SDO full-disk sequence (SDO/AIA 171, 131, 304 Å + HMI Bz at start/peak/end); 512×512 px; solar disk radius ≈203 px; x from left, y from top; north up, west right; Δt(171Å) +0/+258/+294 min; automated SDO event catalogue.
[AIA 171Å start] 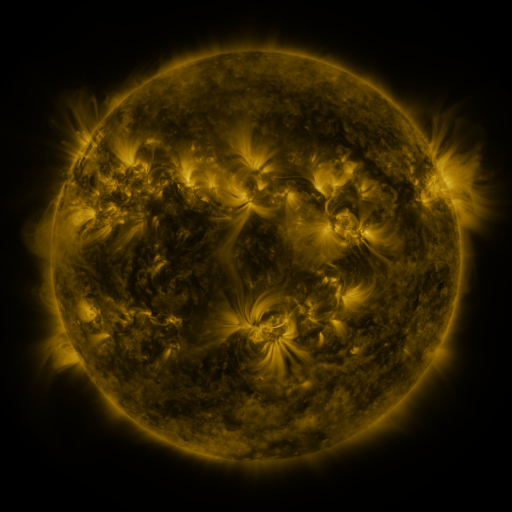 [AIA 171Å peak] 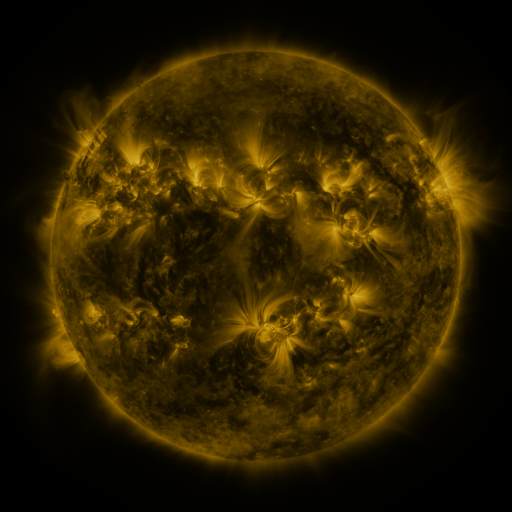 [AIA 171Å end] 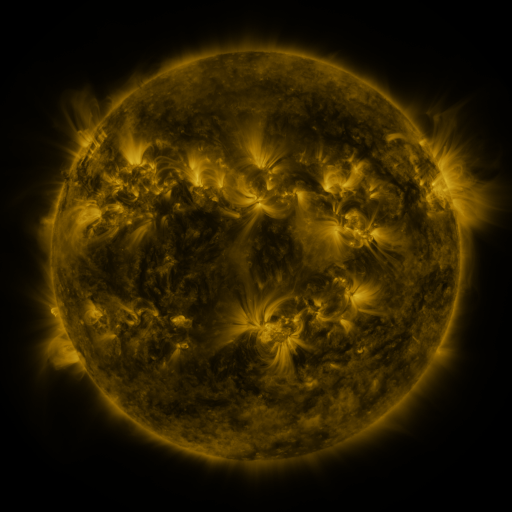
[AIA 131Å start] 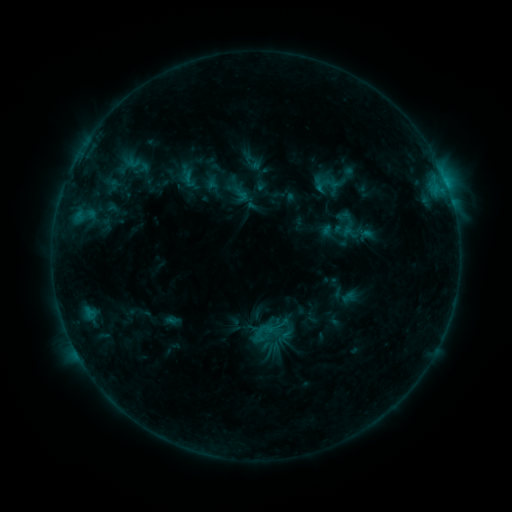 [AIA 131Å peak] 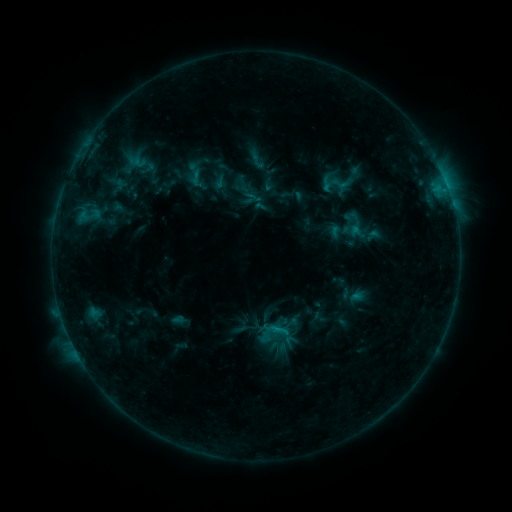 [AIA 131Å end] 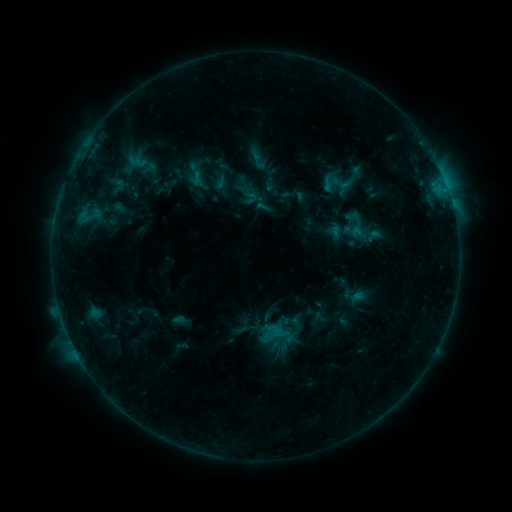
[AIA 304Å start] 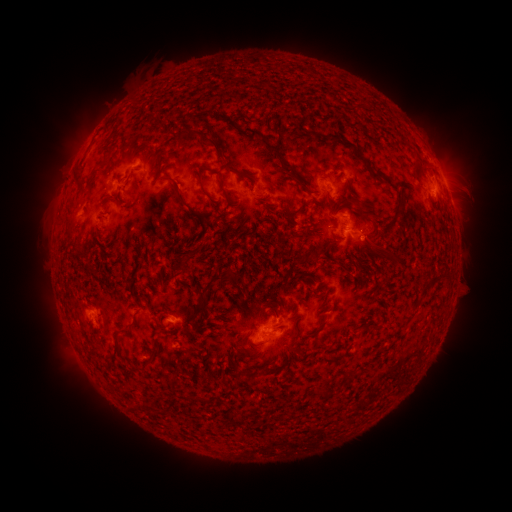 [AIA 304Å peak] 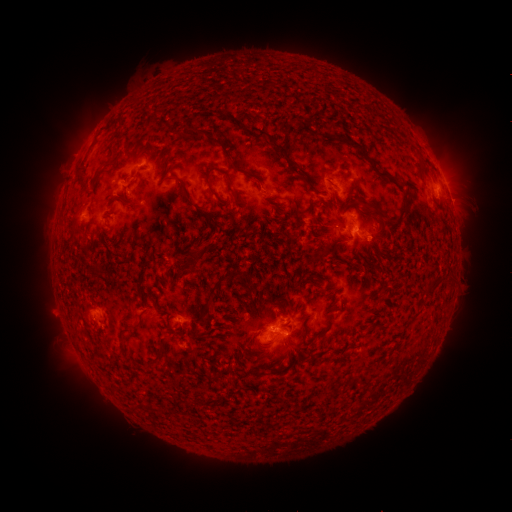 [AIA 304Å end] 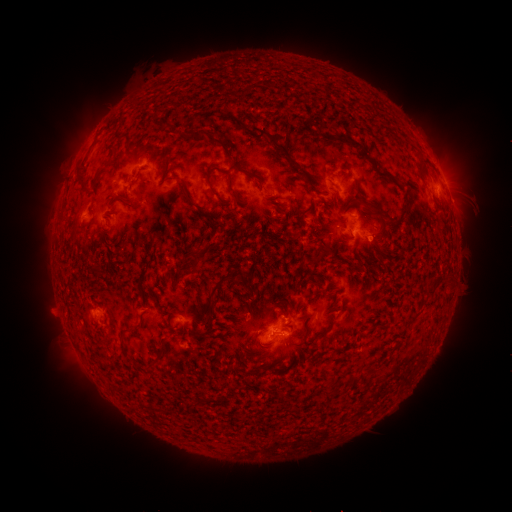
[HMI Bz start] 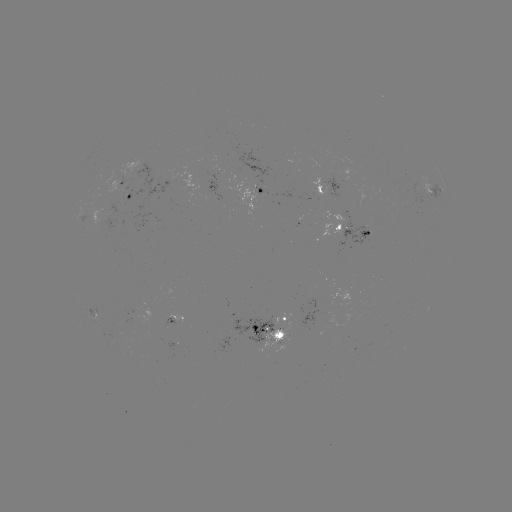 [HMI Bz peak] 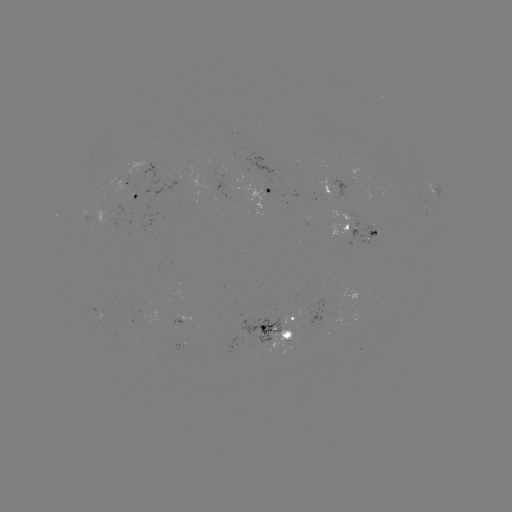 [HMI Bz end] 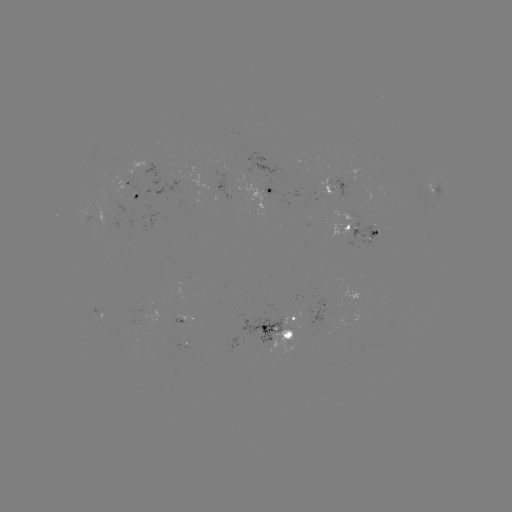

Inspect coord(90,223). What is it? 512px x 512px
emerging-flux region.